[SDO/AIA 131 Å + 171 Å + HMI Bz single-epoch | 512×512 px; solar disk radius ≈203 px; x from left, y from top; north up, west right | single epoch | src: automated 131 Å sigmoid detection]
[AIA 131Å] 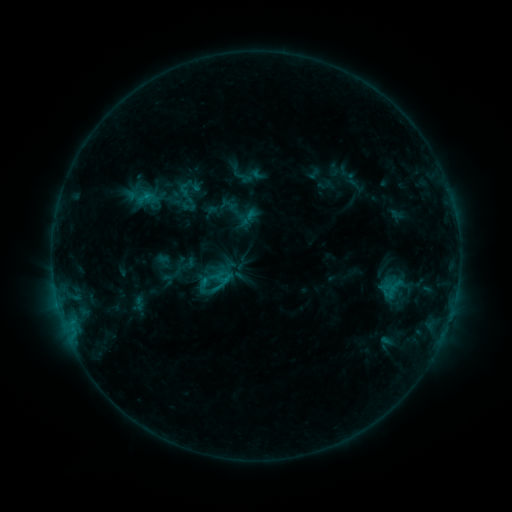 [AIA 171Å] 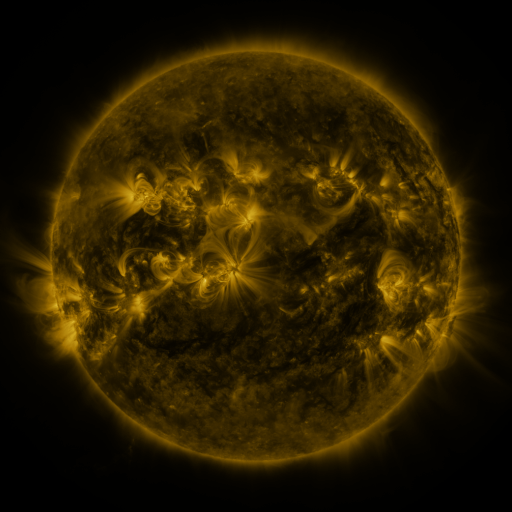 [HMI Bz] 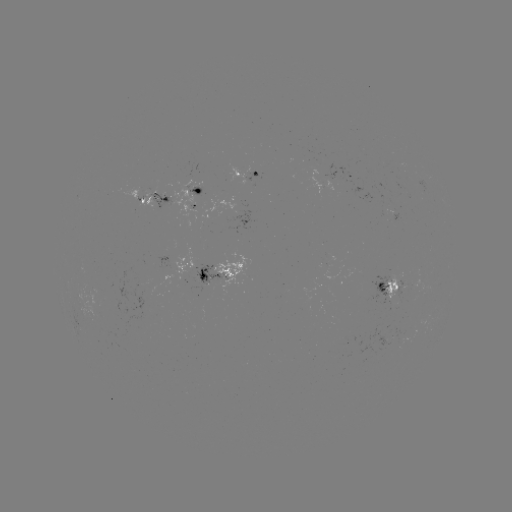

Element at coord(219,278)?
sigmoid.